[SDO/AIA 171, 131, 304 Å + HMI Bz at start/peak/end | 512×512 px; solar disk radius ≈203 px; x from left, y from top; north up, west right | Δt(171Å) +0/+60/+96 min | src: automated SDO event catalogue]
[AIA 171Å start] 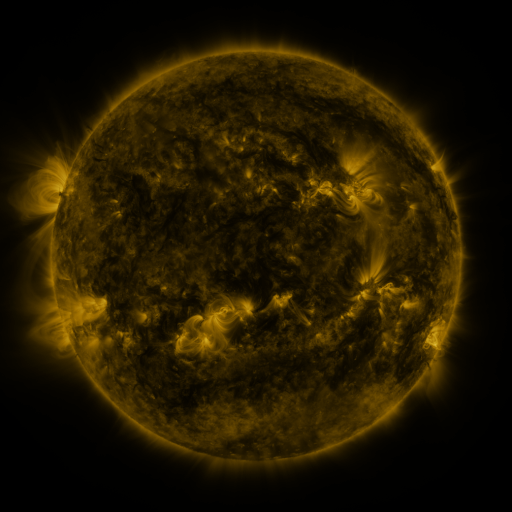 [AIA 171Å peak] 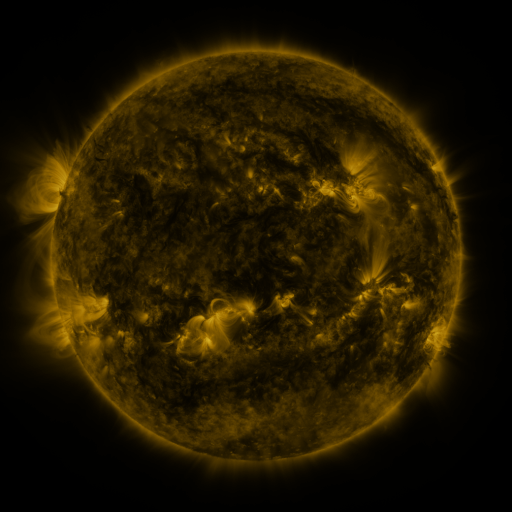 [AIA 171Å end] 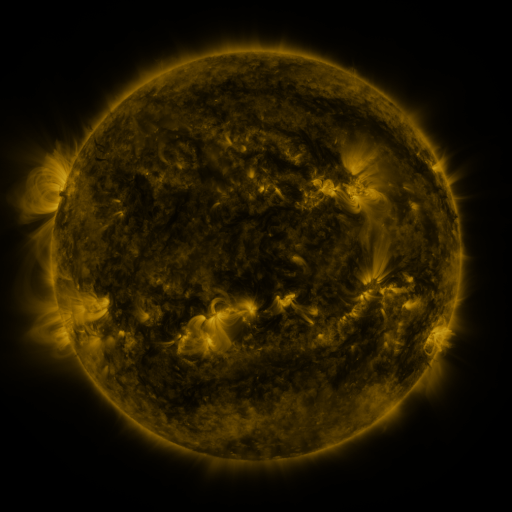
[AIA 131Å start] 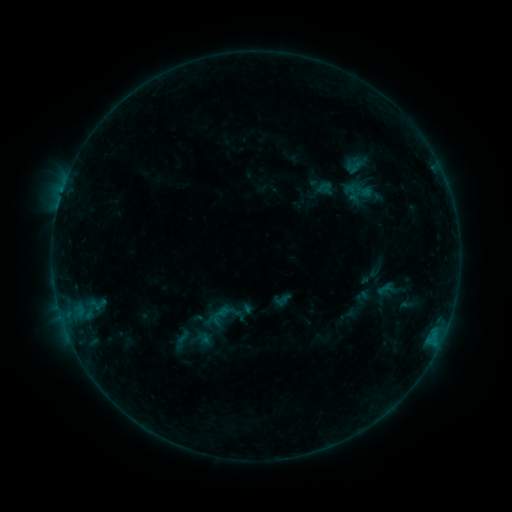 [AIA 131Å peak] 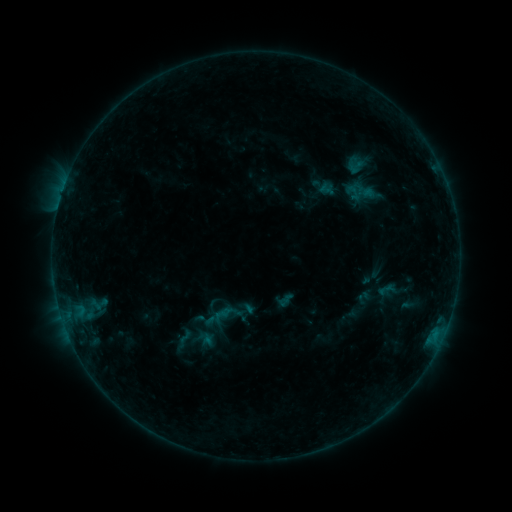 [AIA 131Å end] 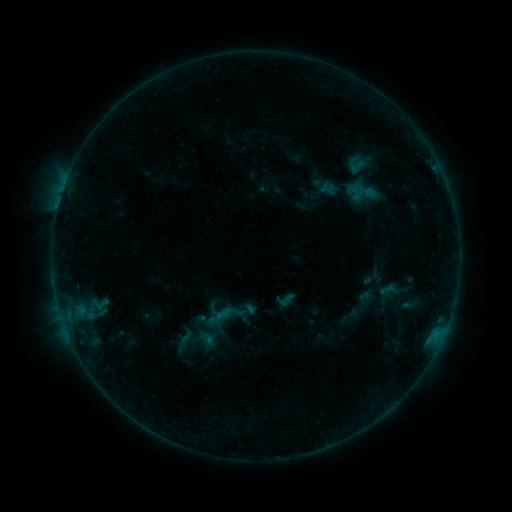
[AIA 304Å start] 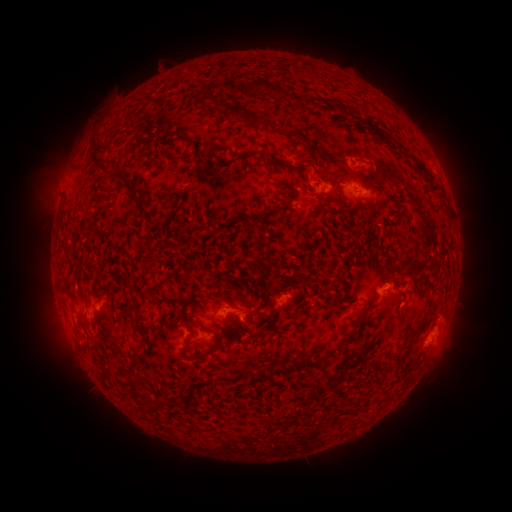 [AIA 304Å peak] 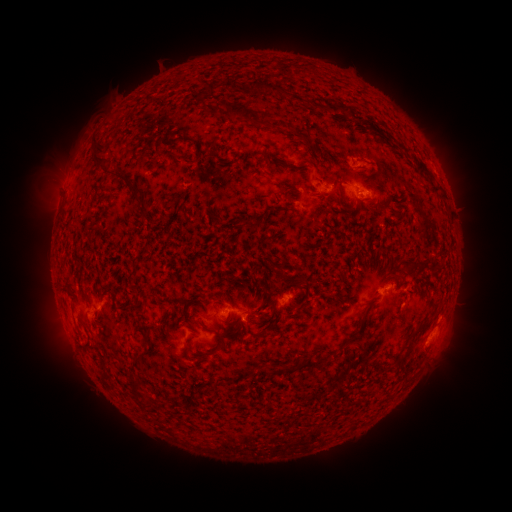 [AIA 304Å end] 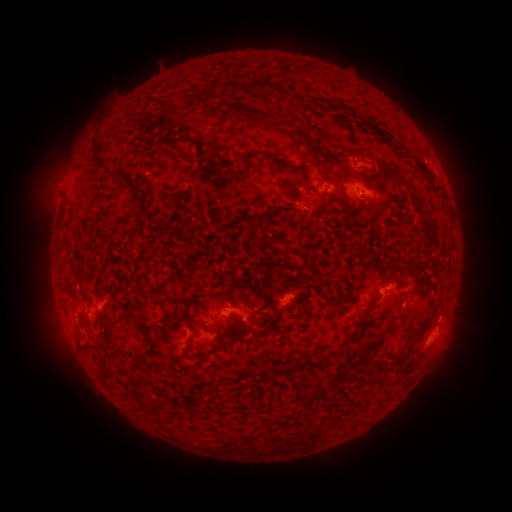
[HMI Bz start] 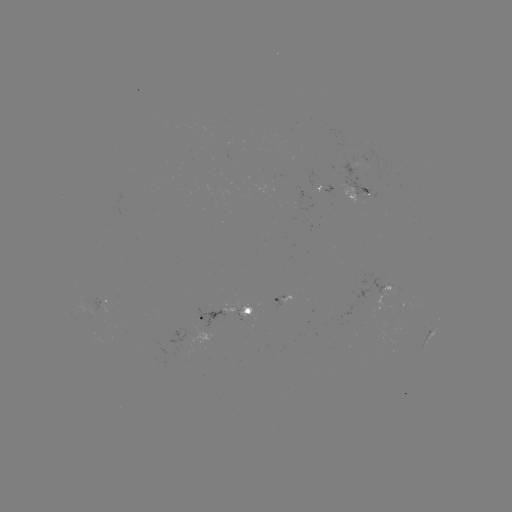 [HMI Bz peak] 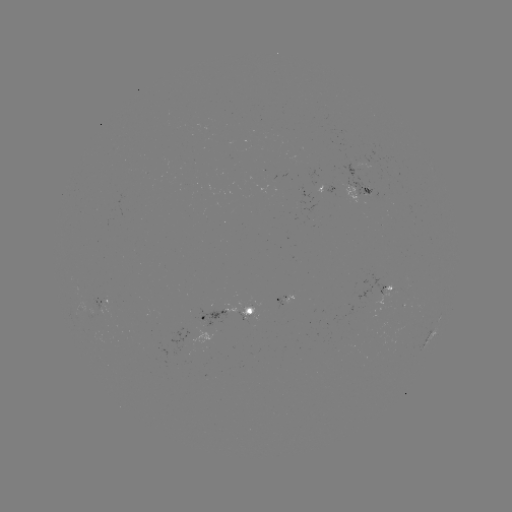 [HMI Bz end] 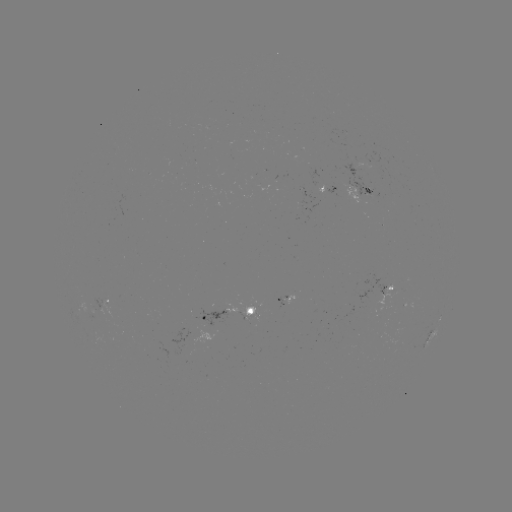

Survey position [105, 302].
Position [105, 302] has emerging-flux region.